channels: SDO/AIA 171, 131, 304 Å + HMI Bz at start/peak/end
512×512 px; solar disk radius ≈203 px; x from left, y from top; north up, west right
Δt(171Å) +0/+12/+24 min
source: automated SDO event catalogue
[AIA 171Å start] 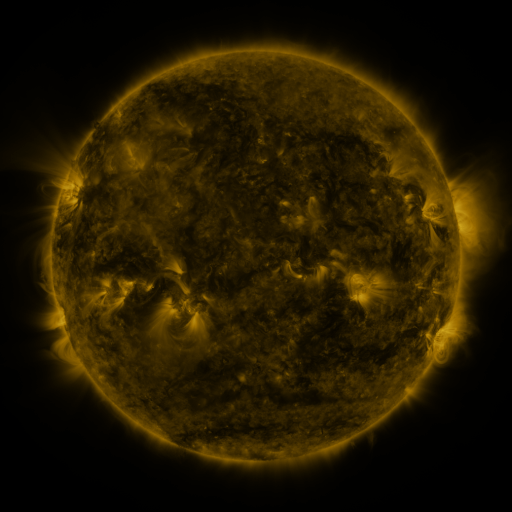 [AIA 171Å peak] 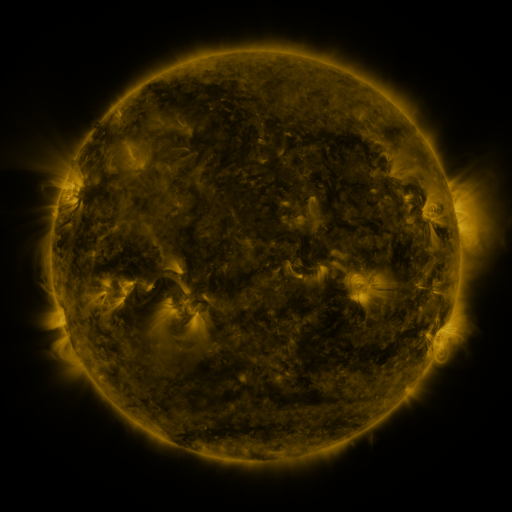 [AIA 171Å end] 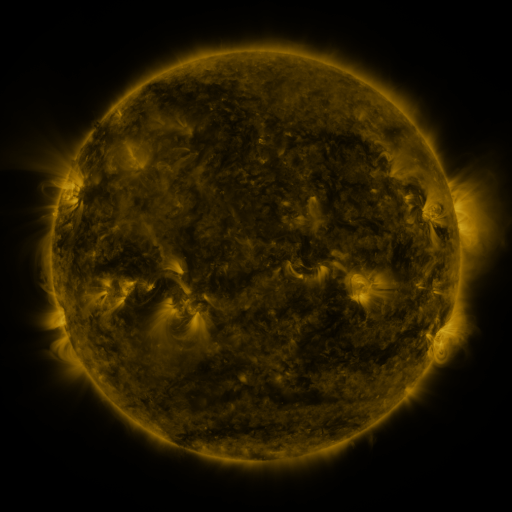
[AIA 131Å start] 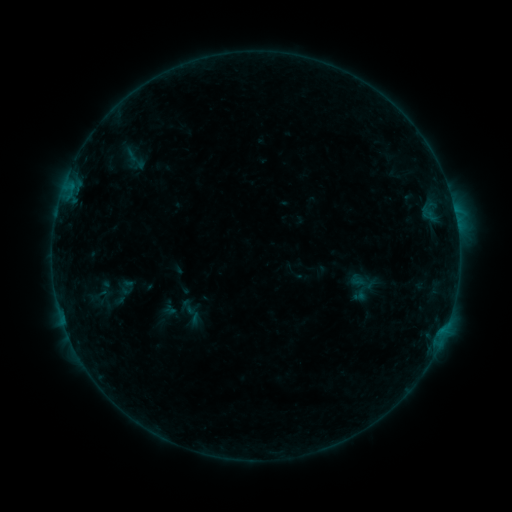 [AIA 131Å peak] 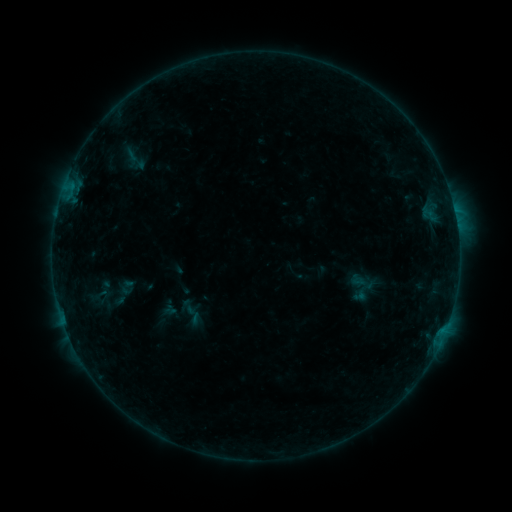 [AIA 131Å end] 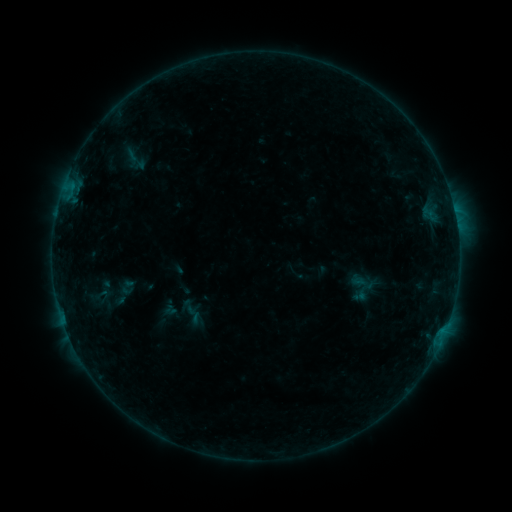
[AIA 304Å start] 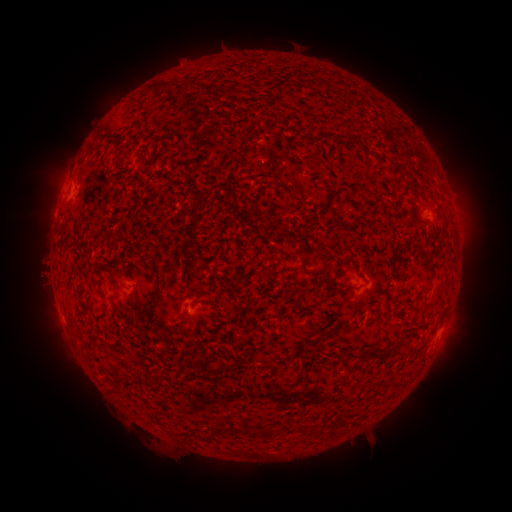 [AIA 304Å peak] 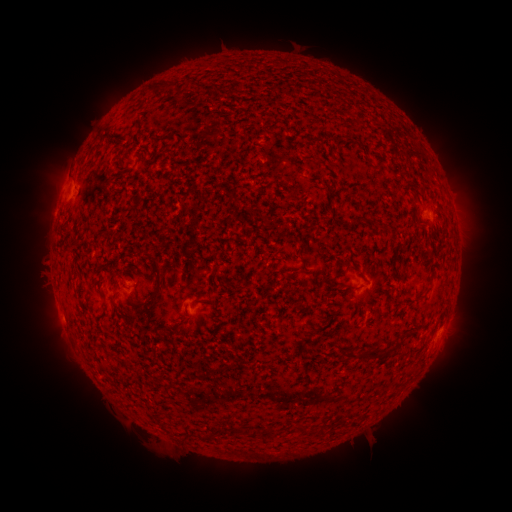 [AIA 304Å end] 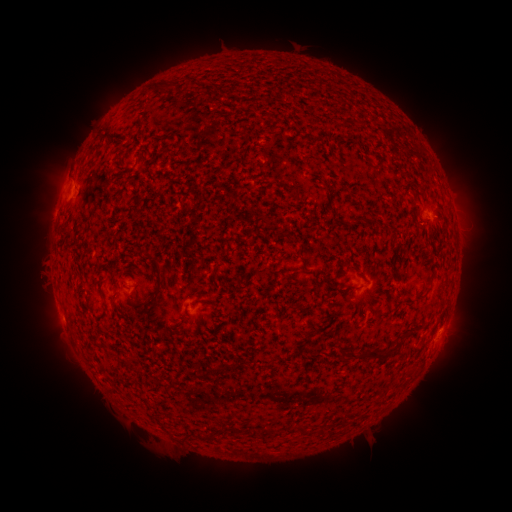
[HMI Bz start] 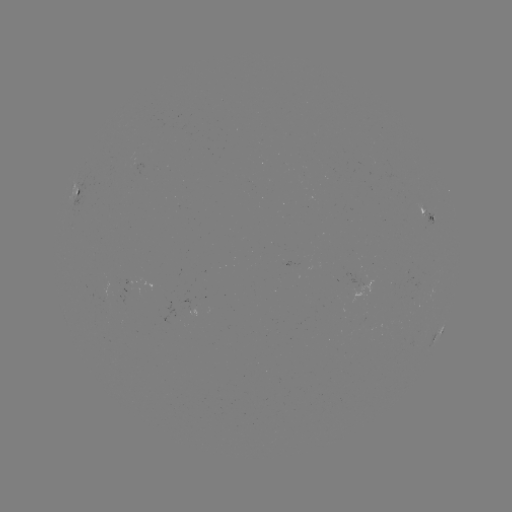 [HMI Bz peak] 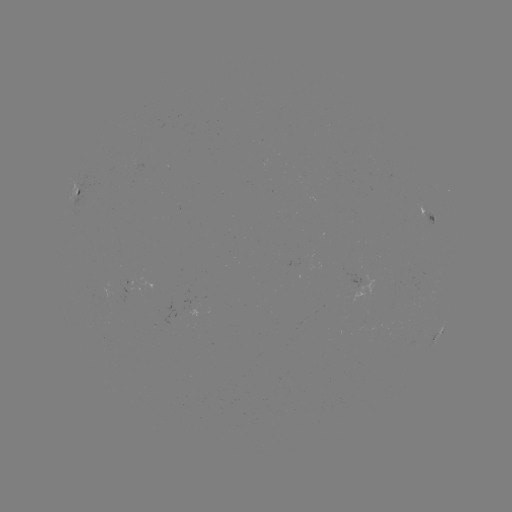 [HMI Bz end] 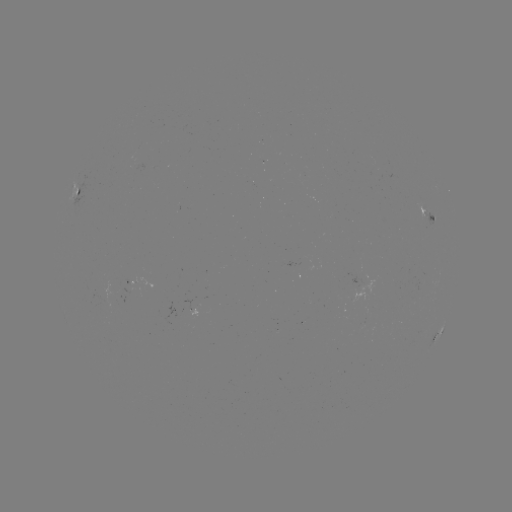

no flare in any classed list; no EUV-trigger detection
